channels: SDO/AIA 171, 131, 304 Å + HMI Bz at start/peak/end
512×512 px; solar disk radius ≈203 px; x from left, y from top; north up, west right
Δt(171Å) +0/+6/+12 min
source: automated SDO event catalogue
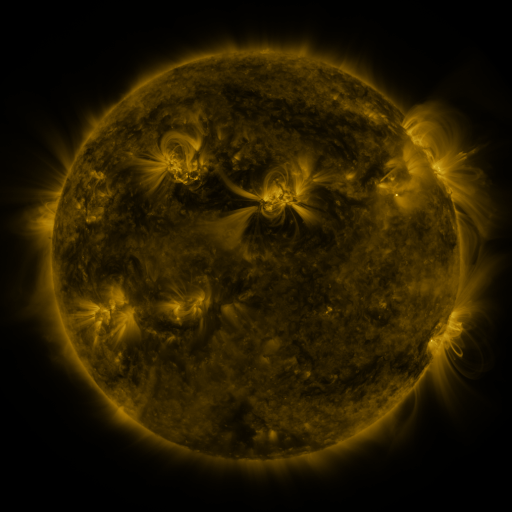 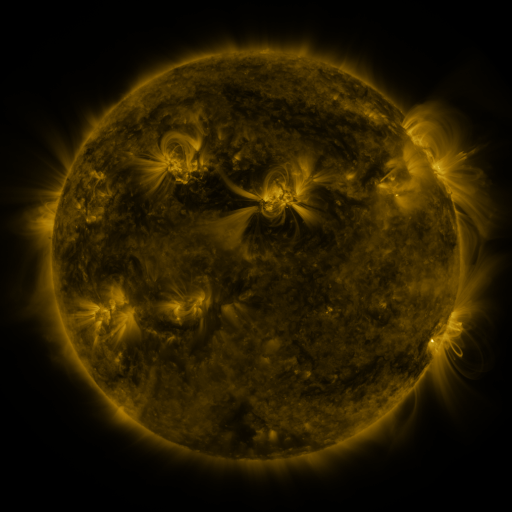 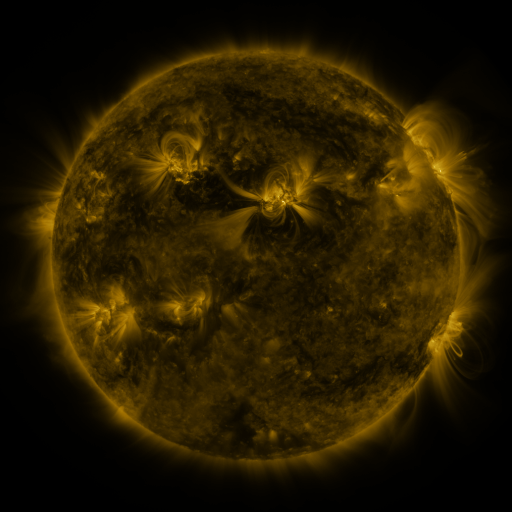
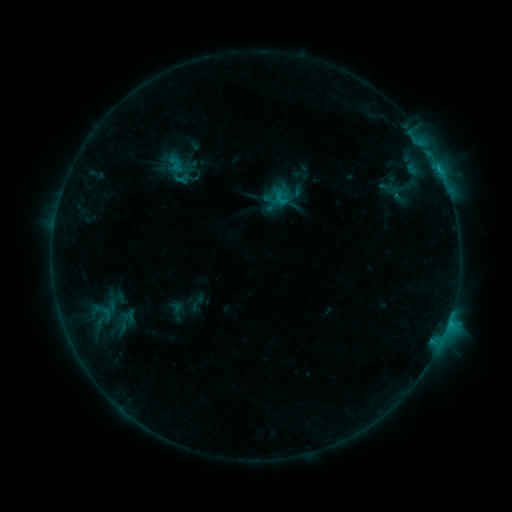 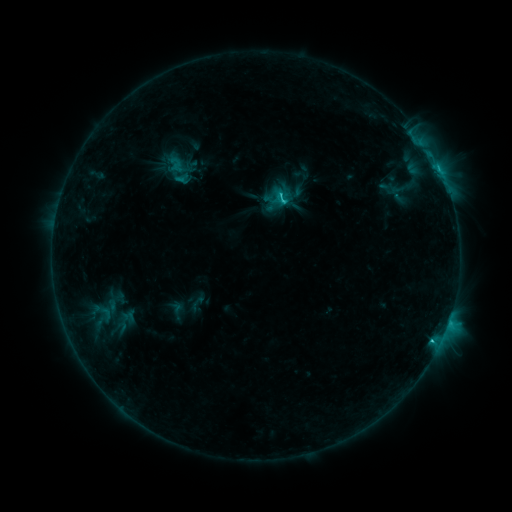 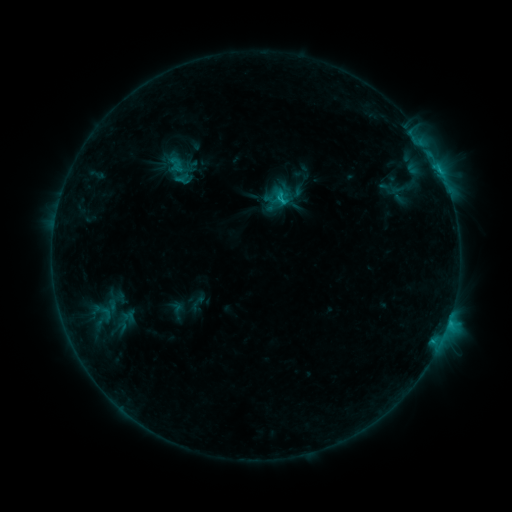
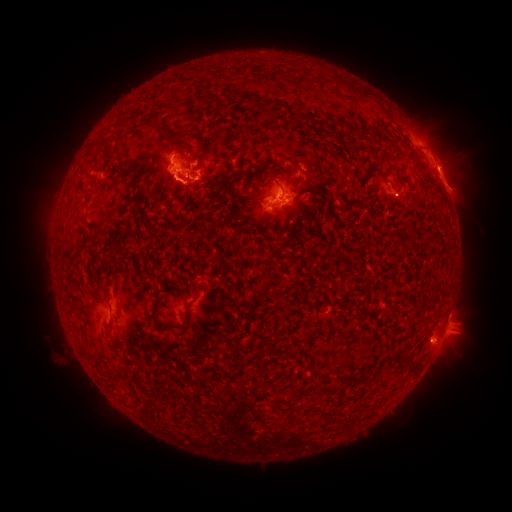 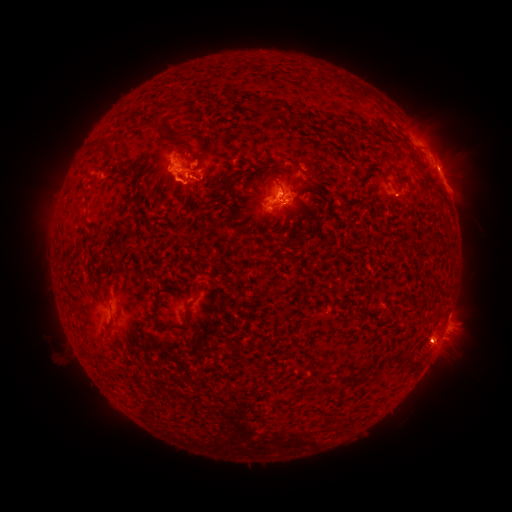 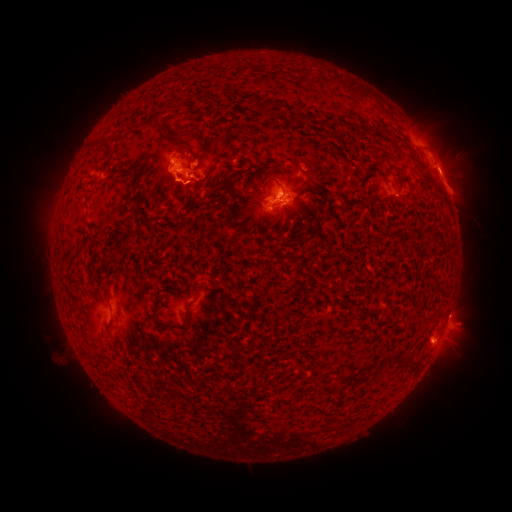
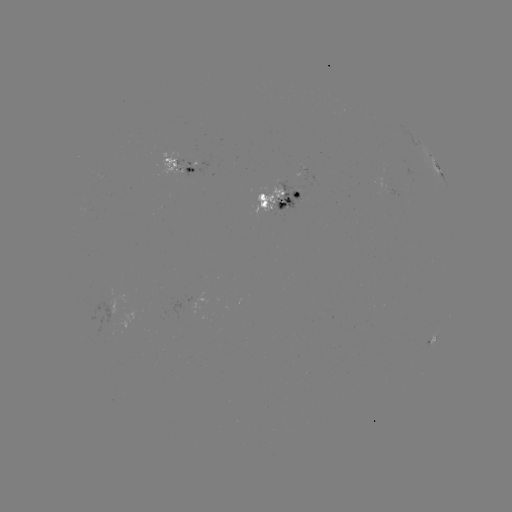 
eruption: <bbox>418, 314, 489, 374</bbox>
